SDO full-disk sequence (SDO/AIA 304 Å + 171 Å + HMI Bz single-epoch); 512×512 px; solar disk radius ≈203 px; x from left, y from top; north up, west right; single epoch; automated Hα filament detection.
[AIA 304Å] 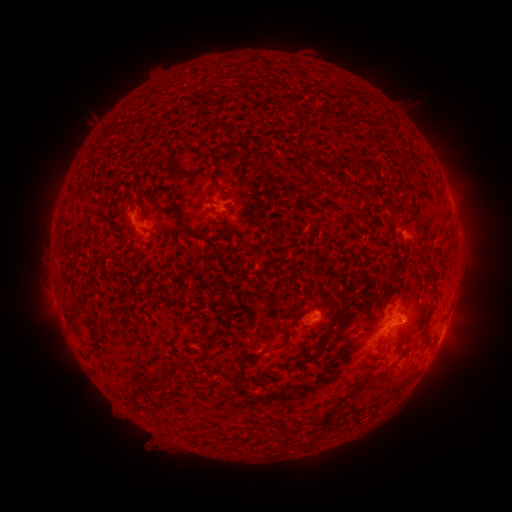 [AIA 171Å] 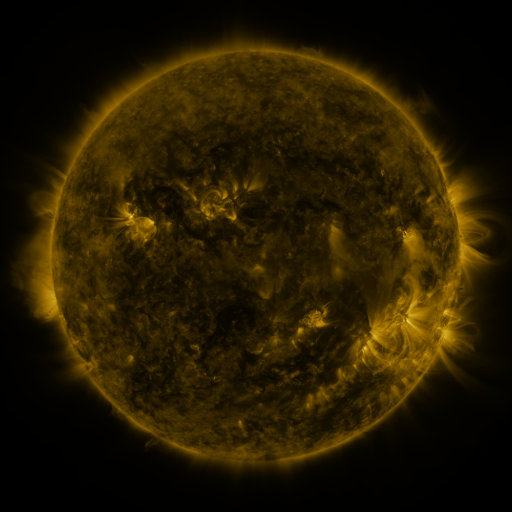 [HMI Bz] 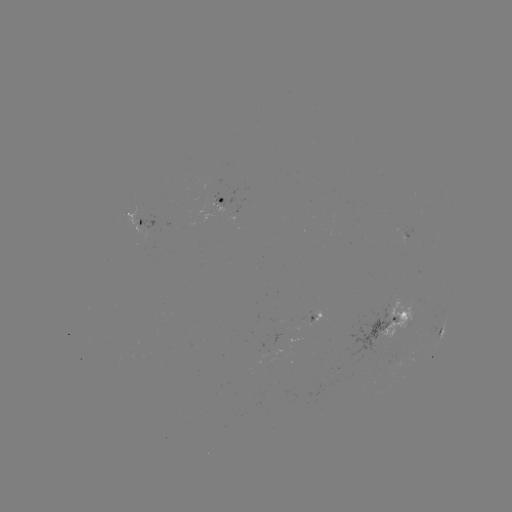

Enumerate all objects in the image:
filament: (301, 157)
filament: (319, 166)
filament: (216, 168)
filament: (178, 220)
filament: (257, 224)
filament: (402, 230)
filament: (394, 271)
filament: (335, 320)
filament: (285, 339)
filament: (426, 341)
filament: (308, 355)
filament: (186, 362)
filament: (241, 373)
filament: (157, 374)
filament: (379, 376)
